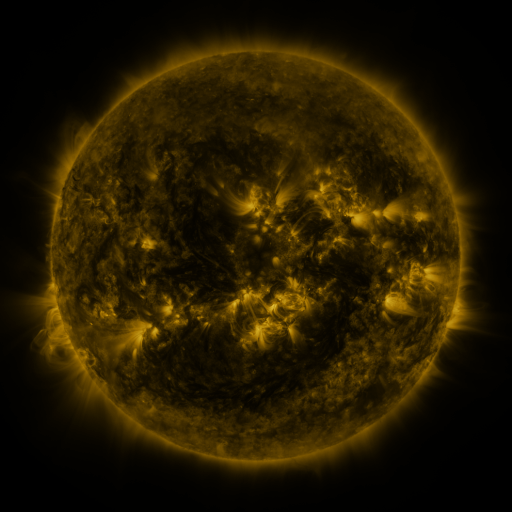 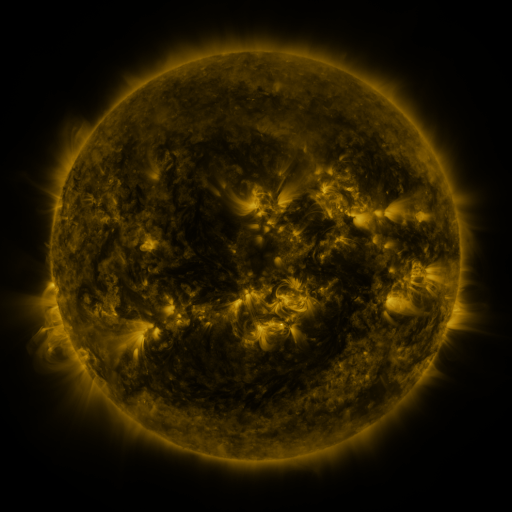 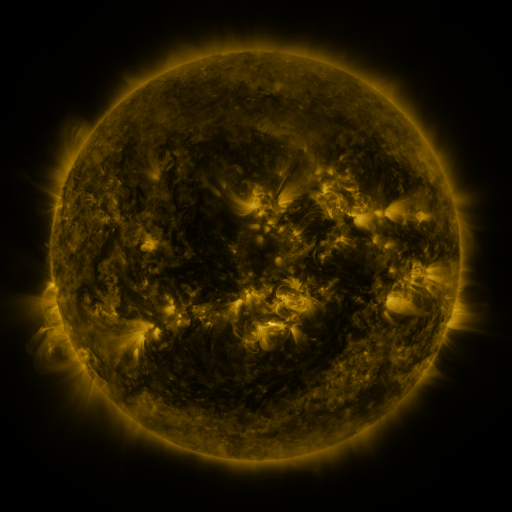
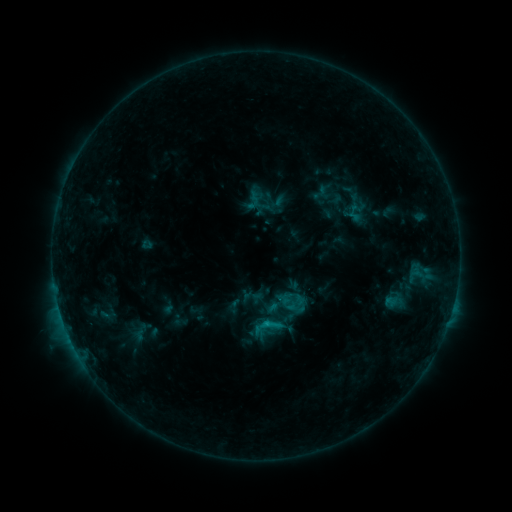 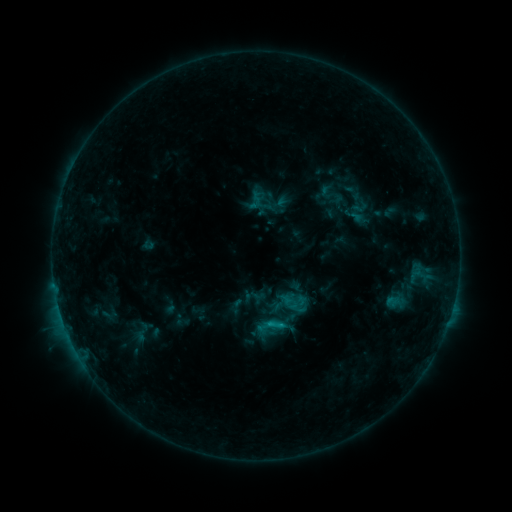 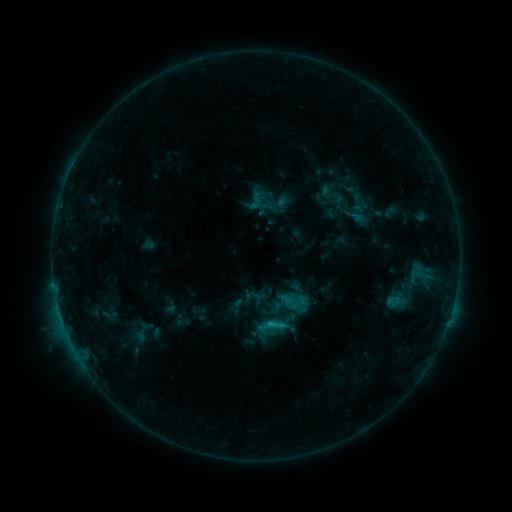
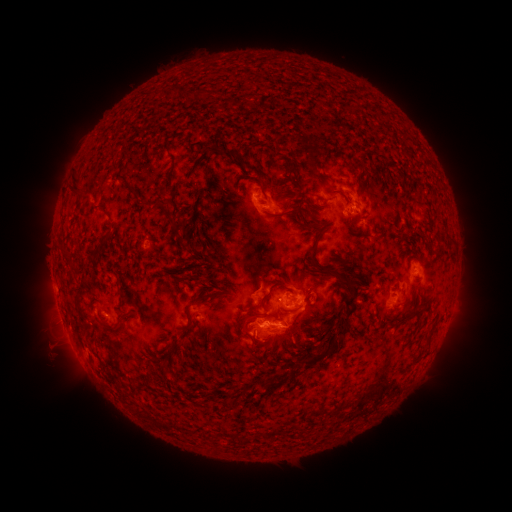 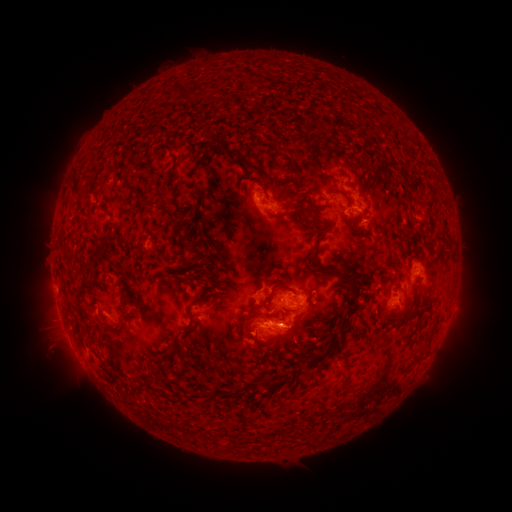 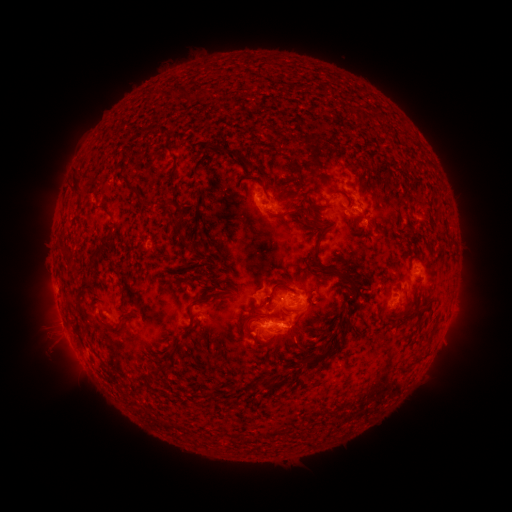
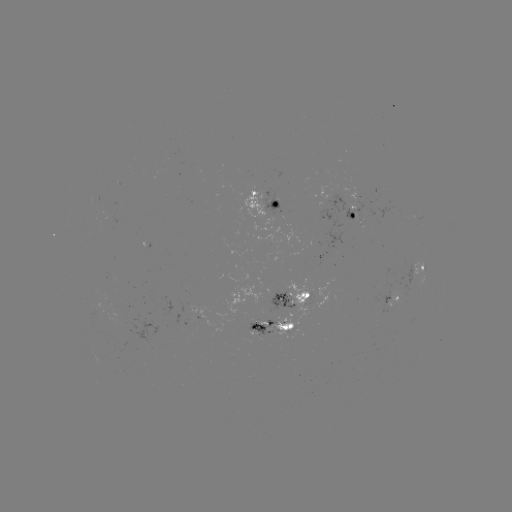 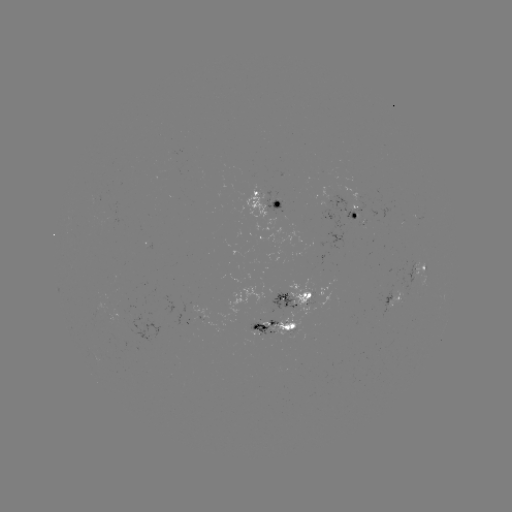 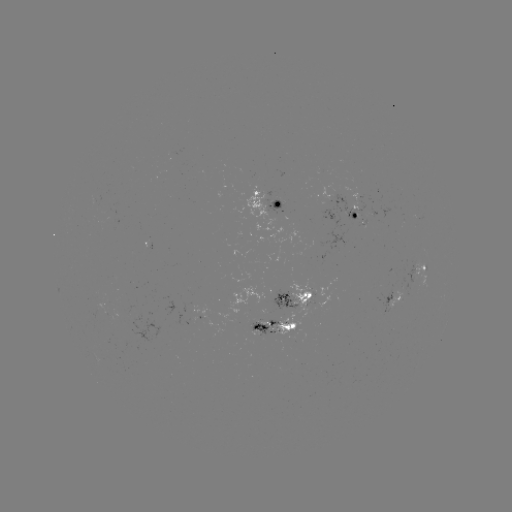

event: emerging-flux region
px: (394, 292)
